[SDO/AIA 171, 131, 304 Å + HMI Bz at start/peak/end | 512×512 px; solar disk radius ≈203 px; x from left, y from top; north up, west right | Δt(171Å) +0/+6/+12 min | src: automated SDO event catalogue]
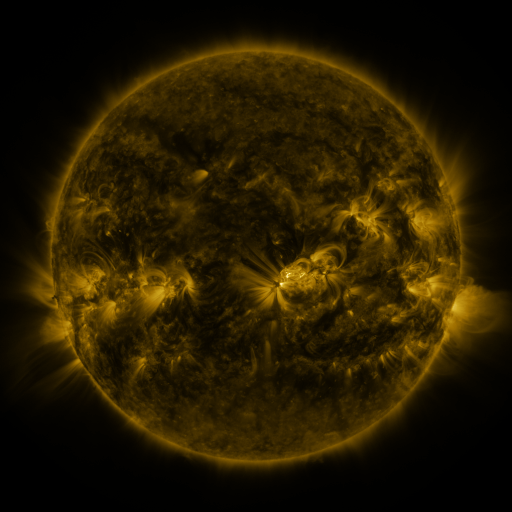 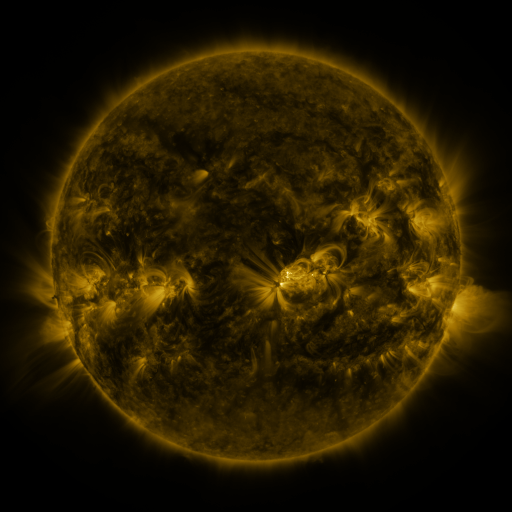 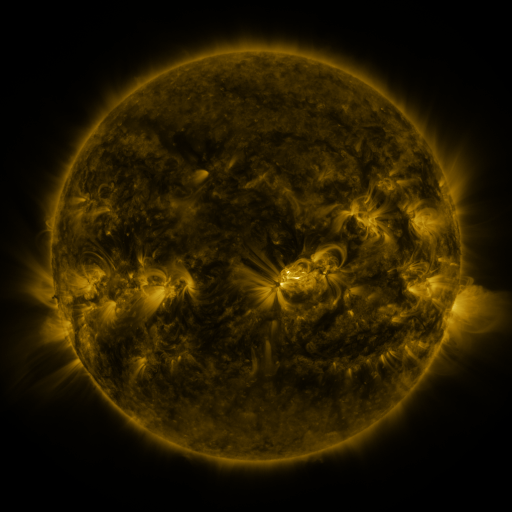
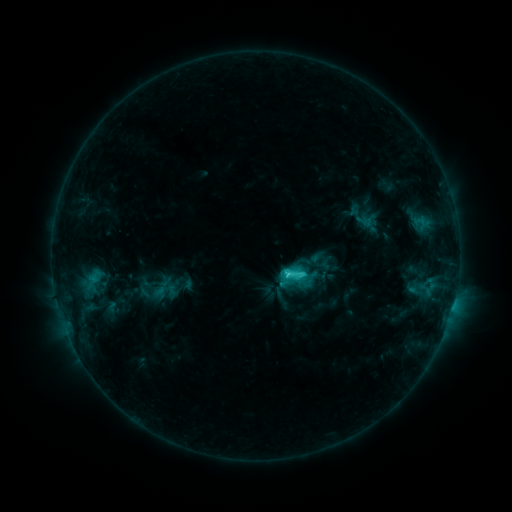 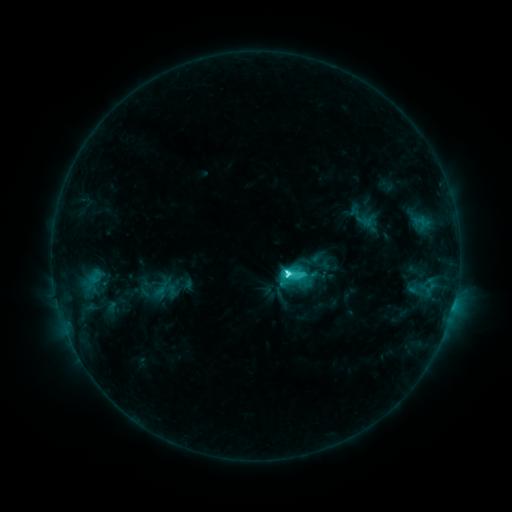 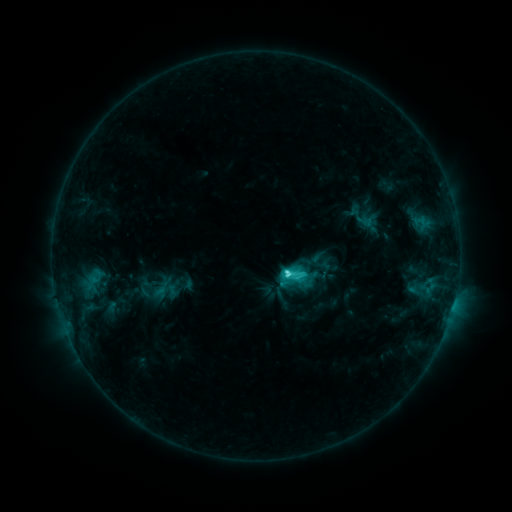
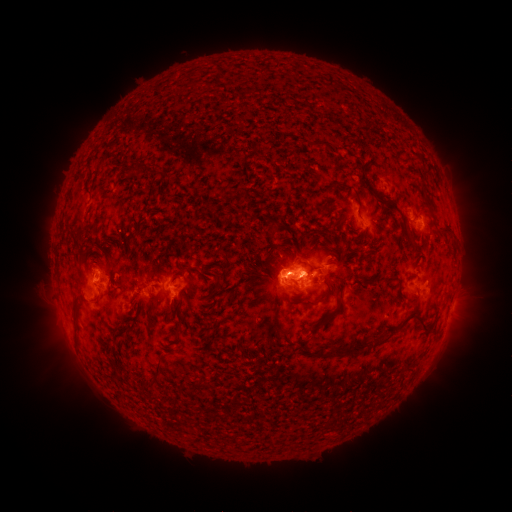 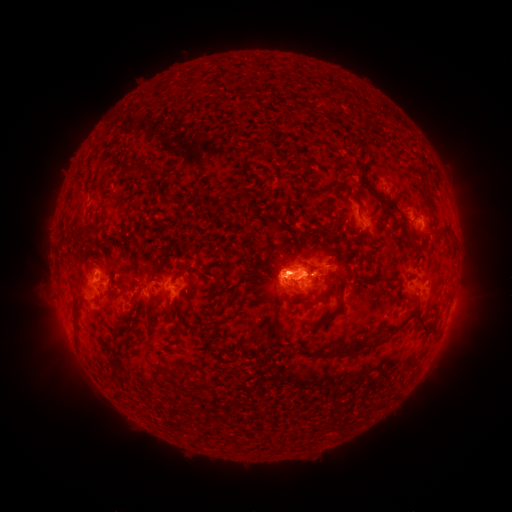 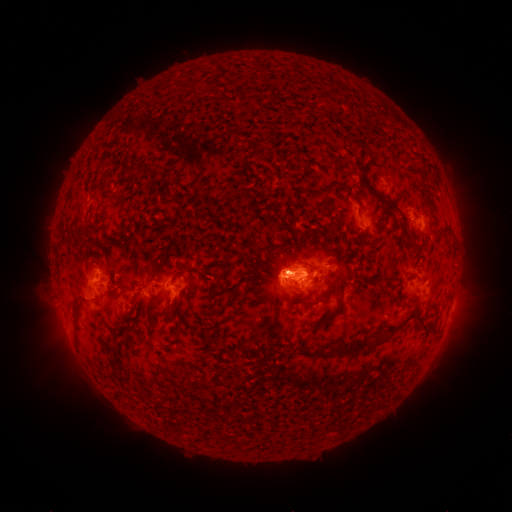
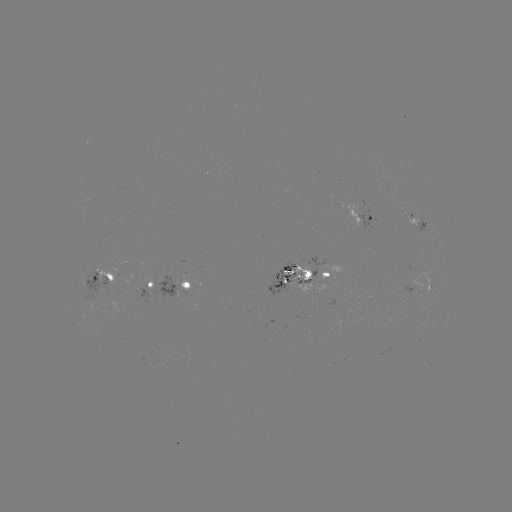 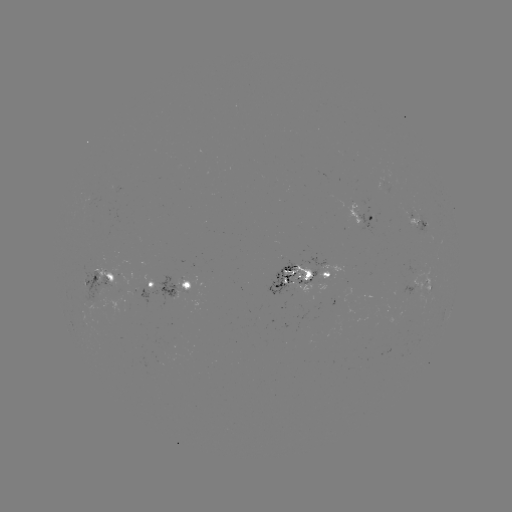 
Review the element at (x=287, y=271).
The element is C5.4 flare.